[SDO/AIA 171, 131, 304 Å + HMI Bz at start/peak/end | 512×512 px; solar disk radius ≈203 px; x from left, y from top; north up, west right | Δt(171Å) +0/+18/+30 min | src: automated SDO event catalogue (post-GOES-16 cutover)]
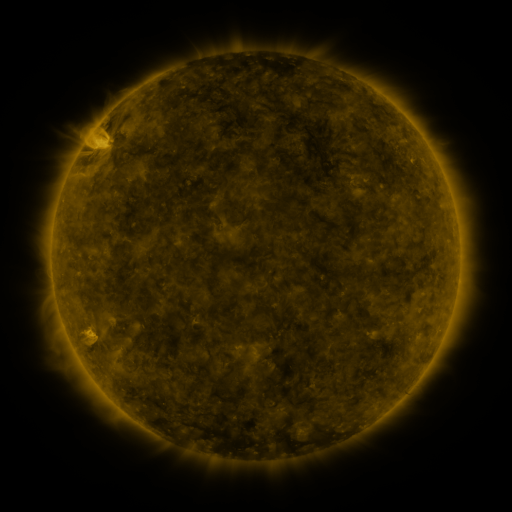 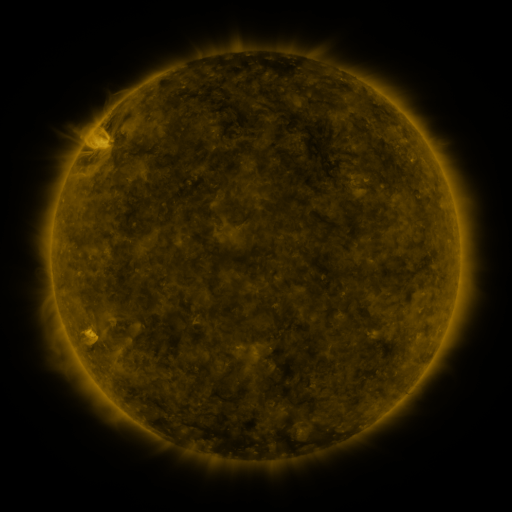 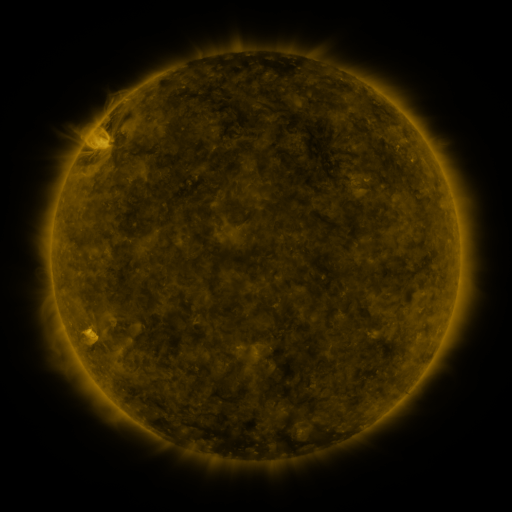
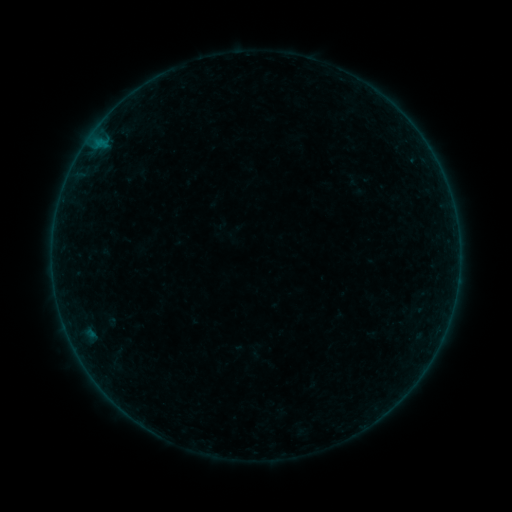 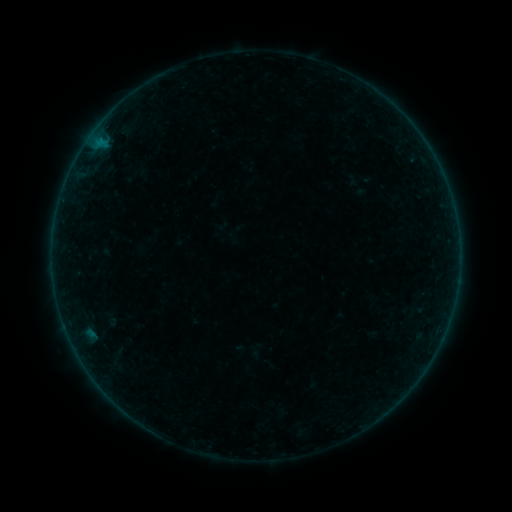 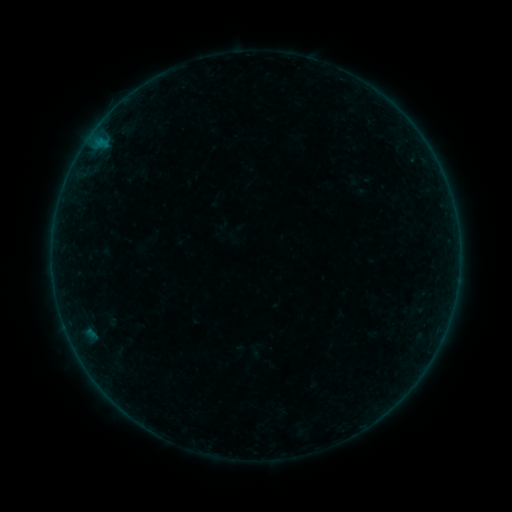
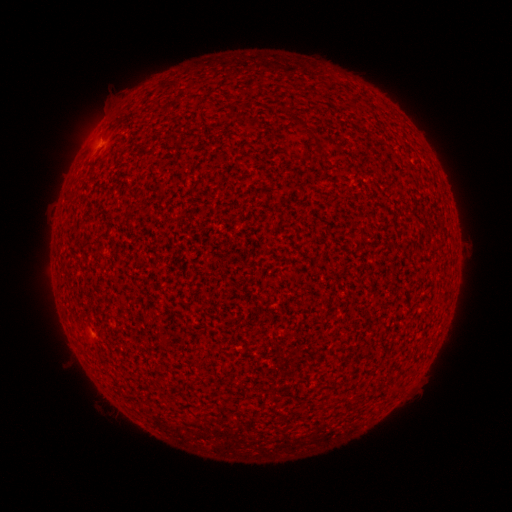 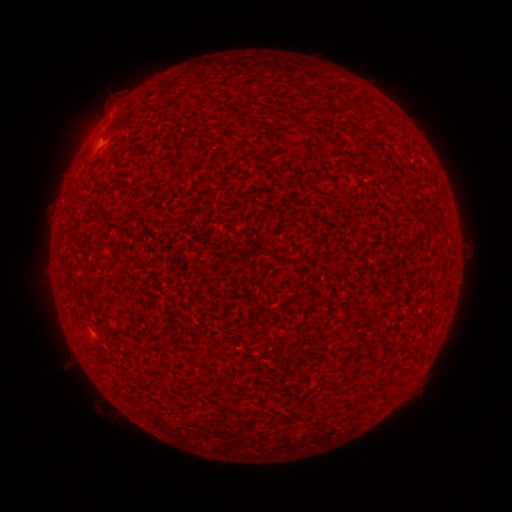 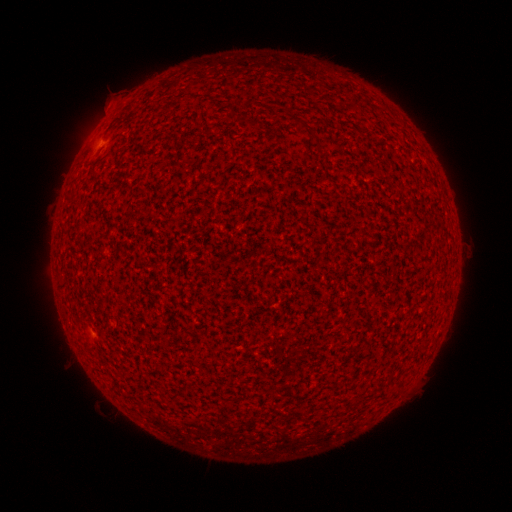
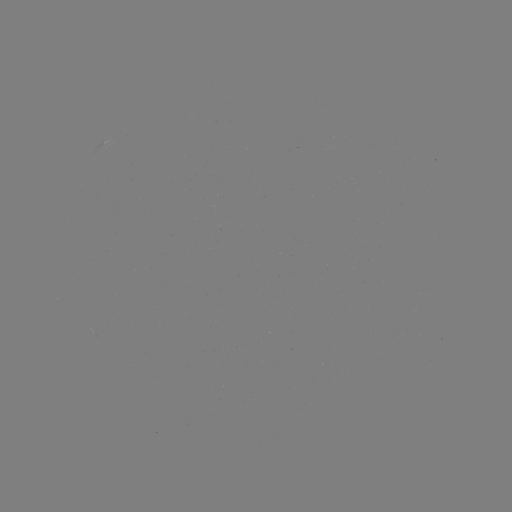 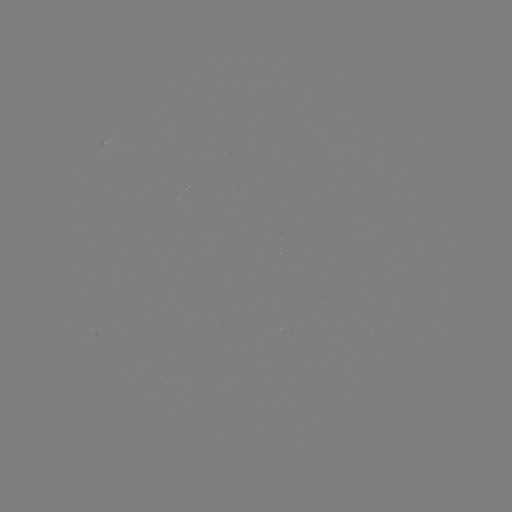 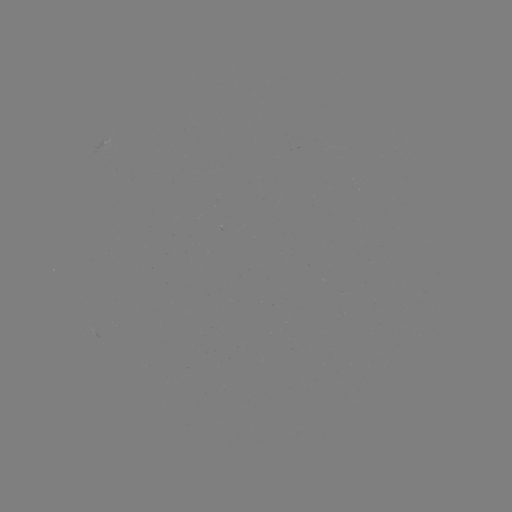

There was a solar flare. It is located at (101, 139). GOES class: A5.2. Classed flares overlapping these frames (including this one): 1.